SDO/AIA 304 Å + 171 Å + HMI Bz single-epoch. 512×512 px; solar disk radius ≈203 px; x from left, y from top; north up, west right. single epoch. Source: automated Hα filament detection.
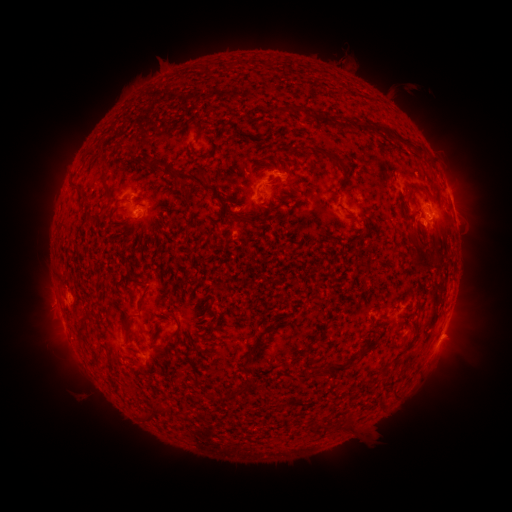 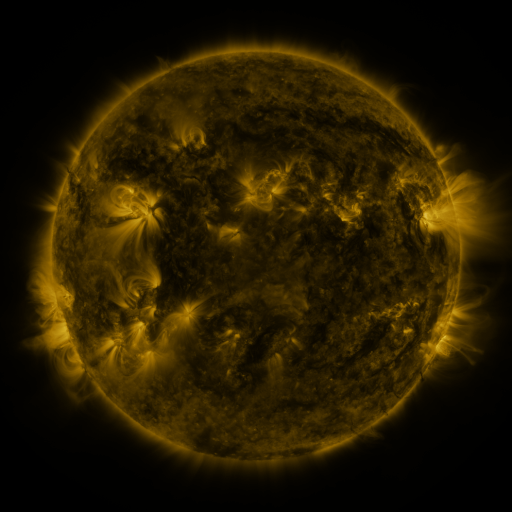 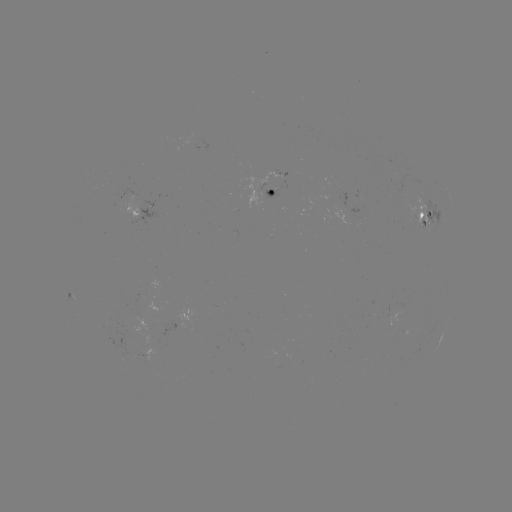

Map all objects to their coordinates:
filament: (314, 115, 332, 126)
filament: (356, 124, 386, 134)
filament: (325, 151, 346, 172)
filament: (144, 158, 163, 174)
filament: (102, 162, 111, 171)
filament: (168, 166, 205, 186)
filament: (74, 184, 85, 193)
filament: (408, 184, 430, 195)
filament: (412, 245, 426, 265)
filament: (135, 293, 145, 311)
filament: (122, 320, 132, 344)
filament: (76, 323, 84, 335)
filament: (390, 341, 407, 351)
filament: (323, 361, 349, 376)
